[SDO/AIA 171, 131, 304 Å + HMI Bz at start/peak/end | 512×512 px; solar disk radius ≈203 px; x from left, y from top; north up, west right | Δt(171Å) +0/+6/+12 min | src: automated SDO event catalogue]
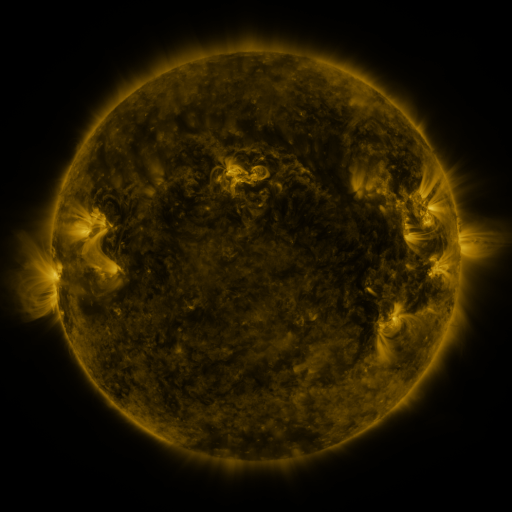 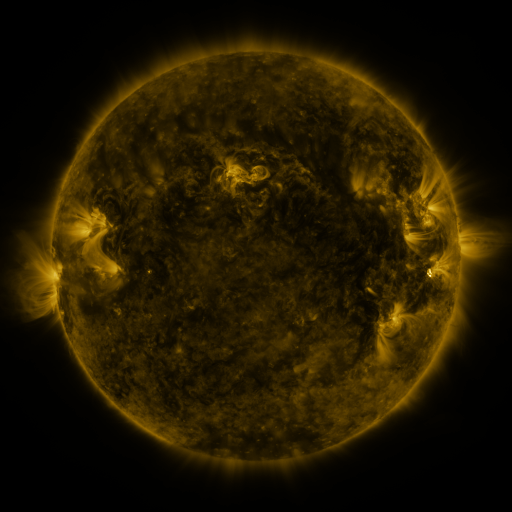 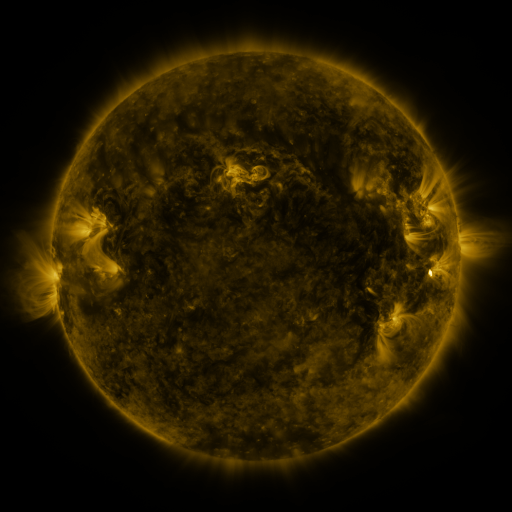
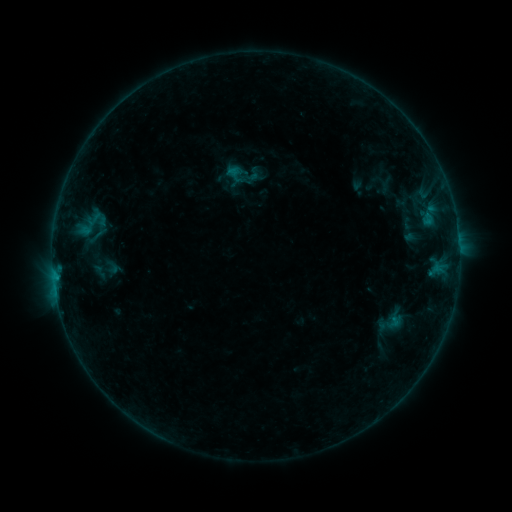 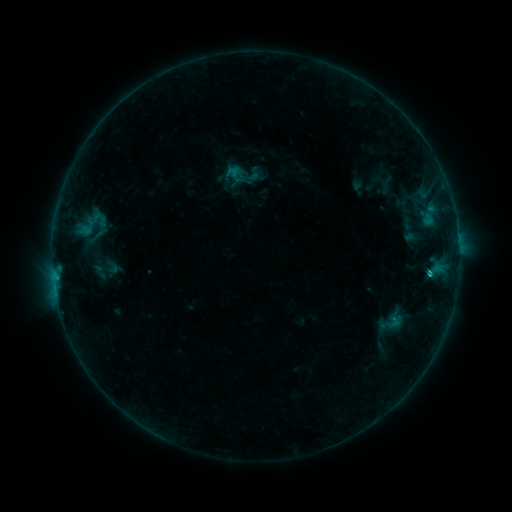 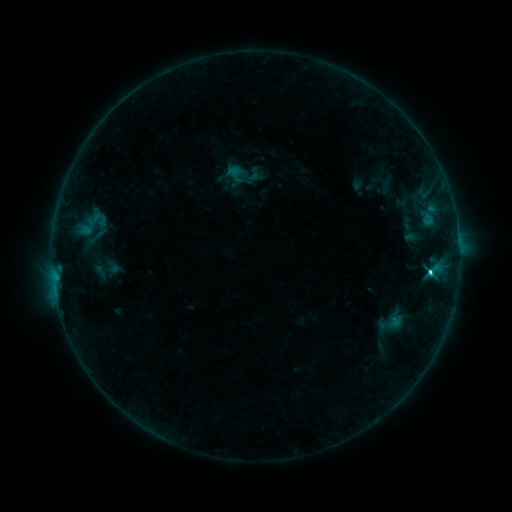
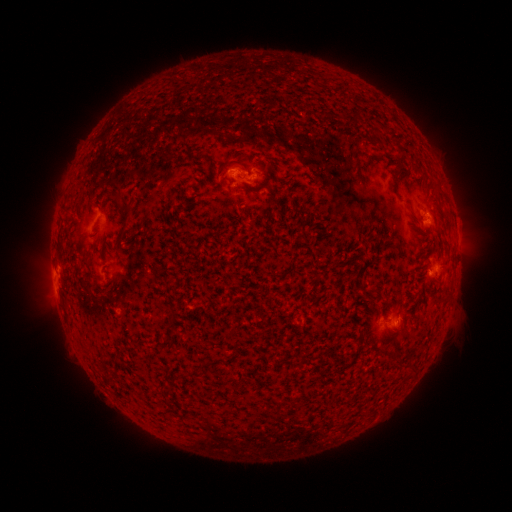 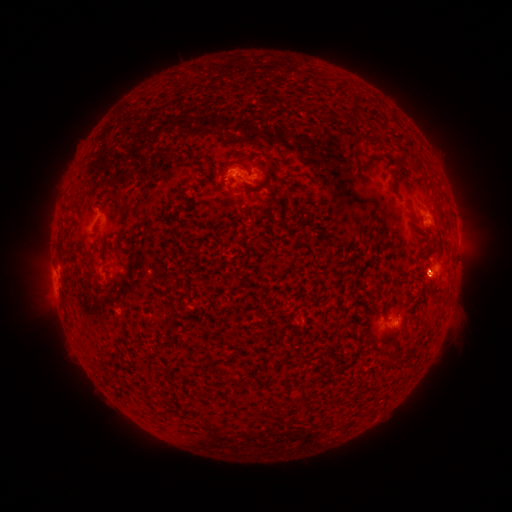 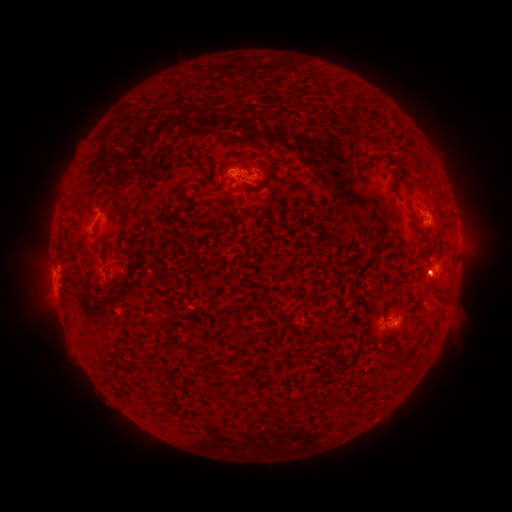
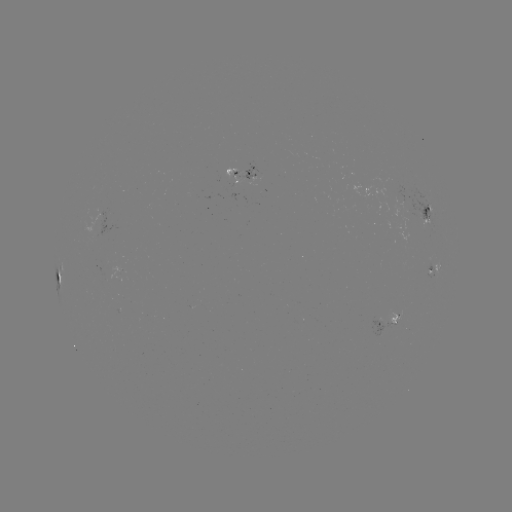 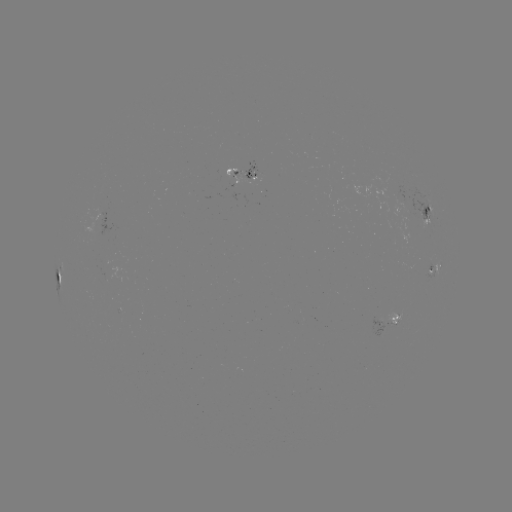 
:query C4.8 flare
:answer [429, 272]